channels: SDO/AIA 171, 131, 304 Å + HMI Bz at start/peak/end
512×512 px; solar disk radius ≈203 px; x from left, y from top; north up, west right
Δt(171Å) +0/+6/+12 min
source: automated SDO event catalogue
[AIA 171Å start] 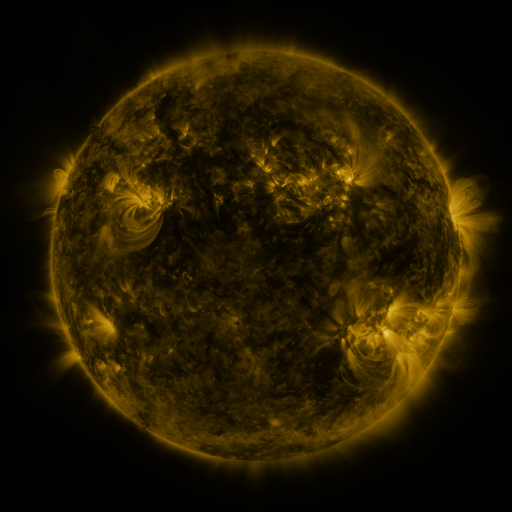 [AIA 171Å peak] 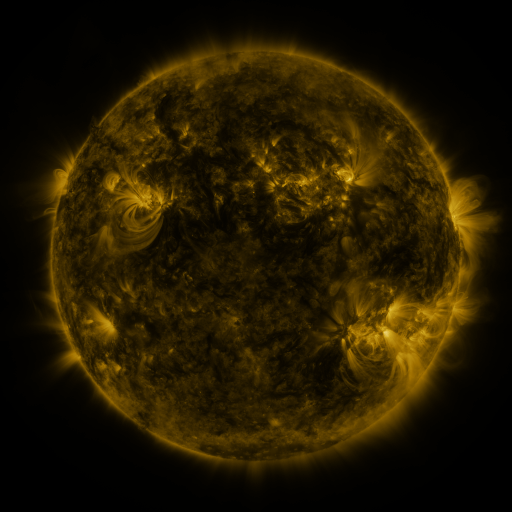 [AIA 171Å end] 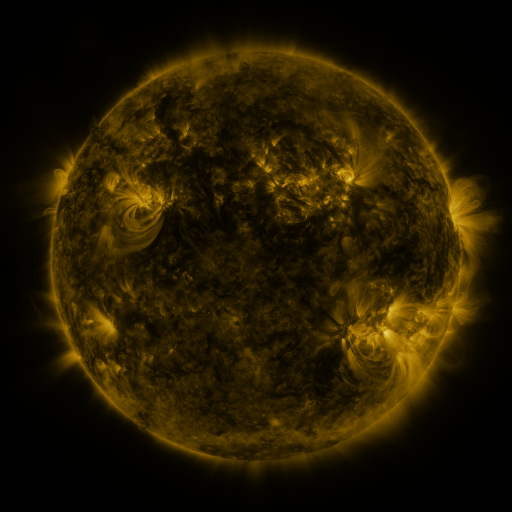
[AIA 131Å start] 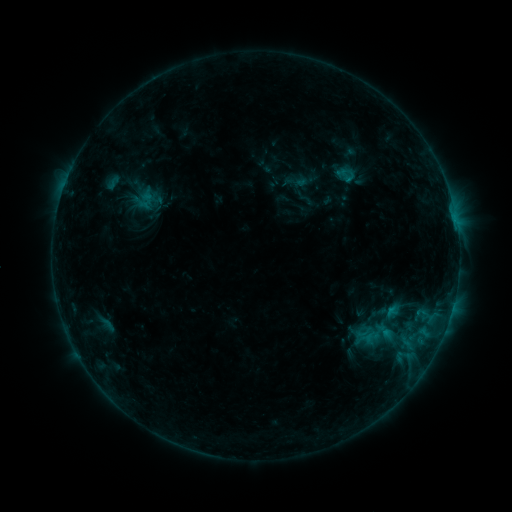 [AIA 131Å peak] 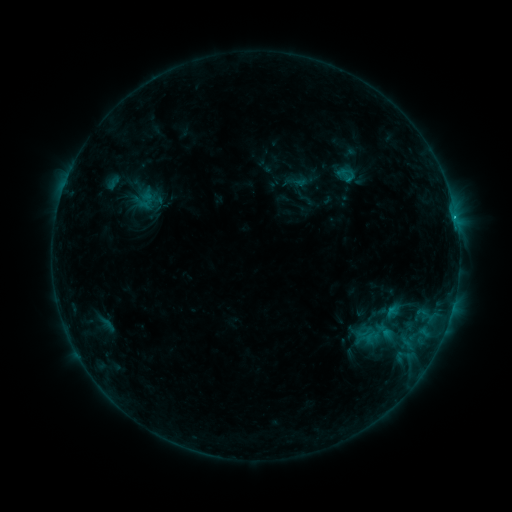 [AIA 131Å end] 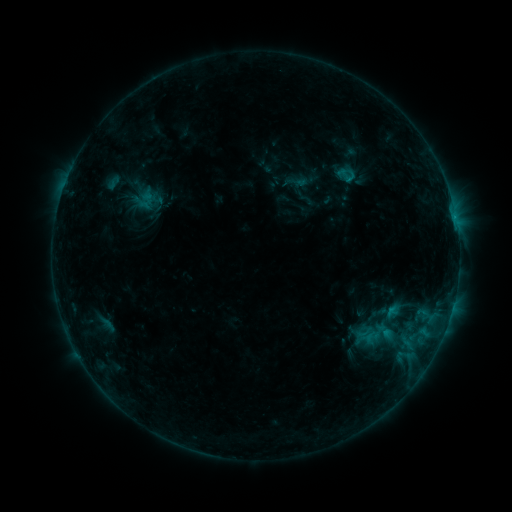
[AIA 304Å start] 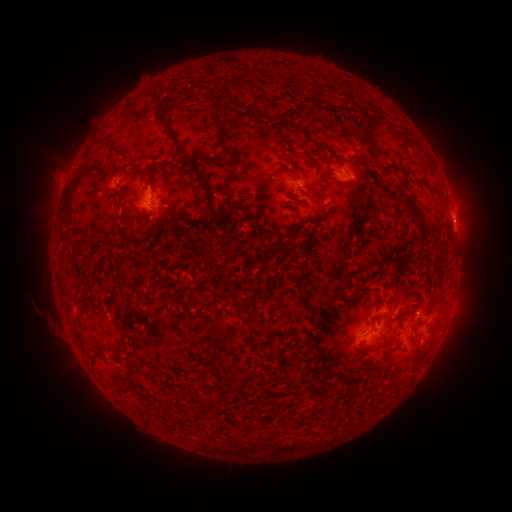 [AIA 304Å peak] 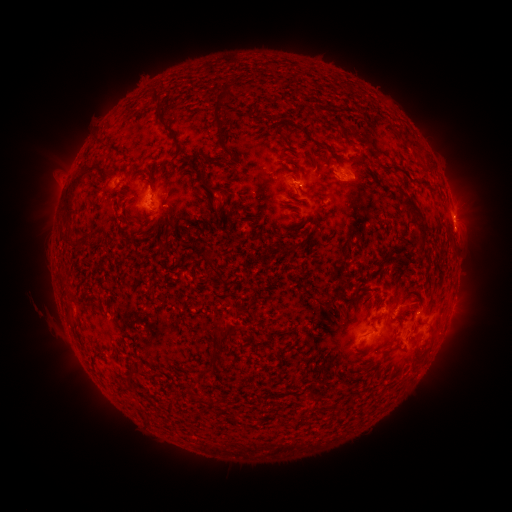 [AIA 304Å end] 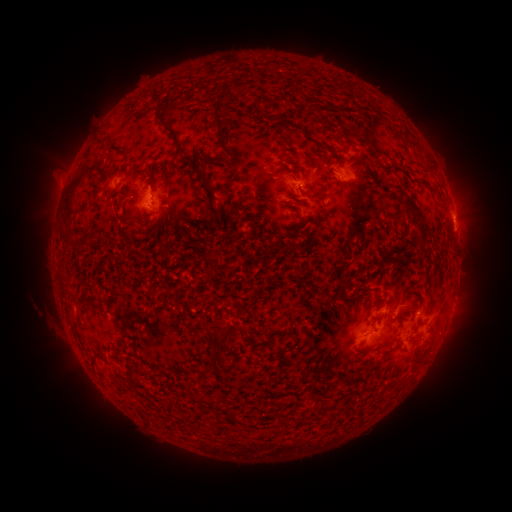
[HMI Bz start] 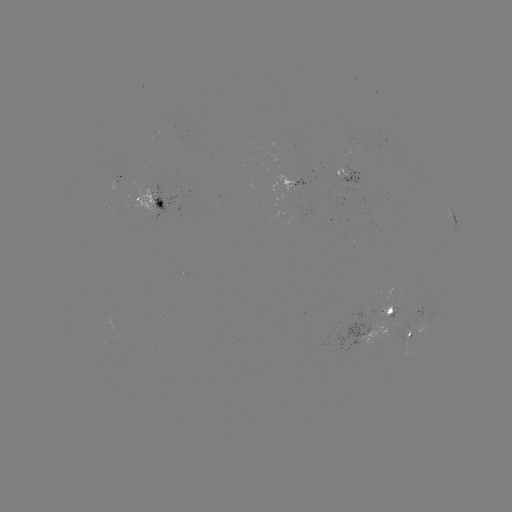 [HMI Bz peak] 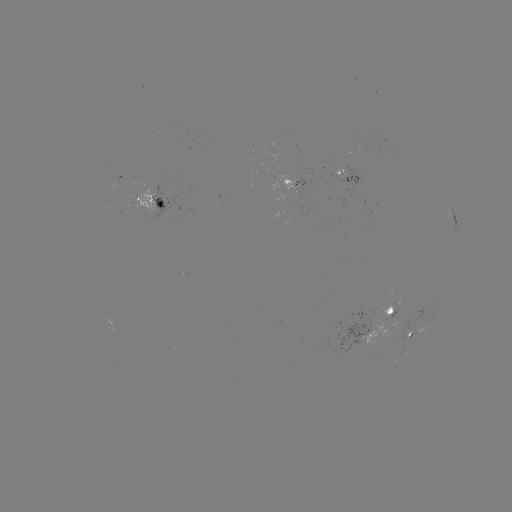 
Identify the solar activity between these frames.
B6.8 flare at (455, 229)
